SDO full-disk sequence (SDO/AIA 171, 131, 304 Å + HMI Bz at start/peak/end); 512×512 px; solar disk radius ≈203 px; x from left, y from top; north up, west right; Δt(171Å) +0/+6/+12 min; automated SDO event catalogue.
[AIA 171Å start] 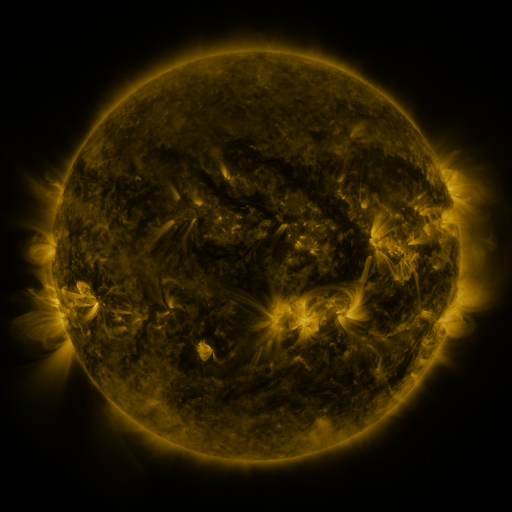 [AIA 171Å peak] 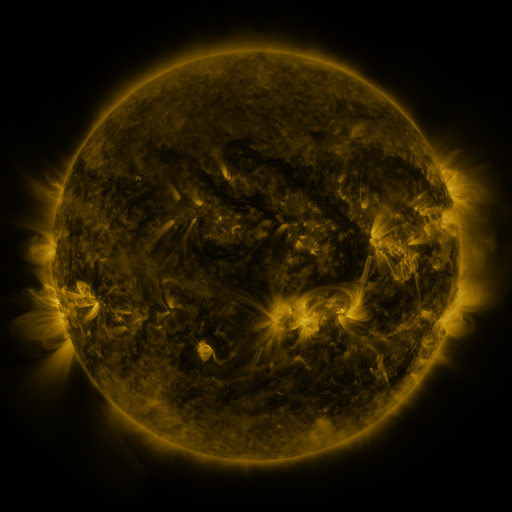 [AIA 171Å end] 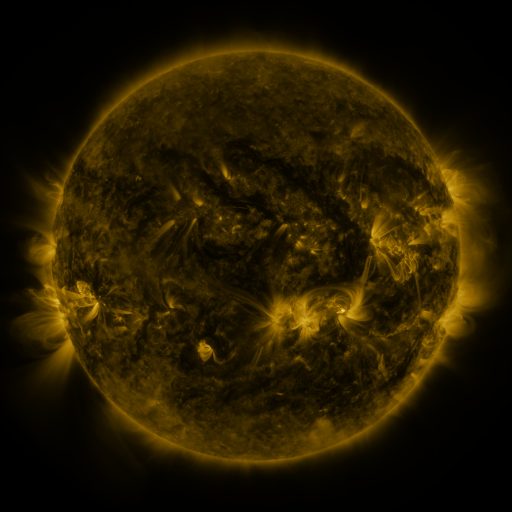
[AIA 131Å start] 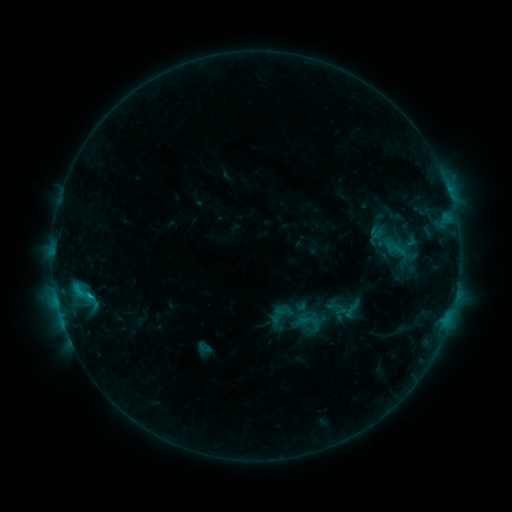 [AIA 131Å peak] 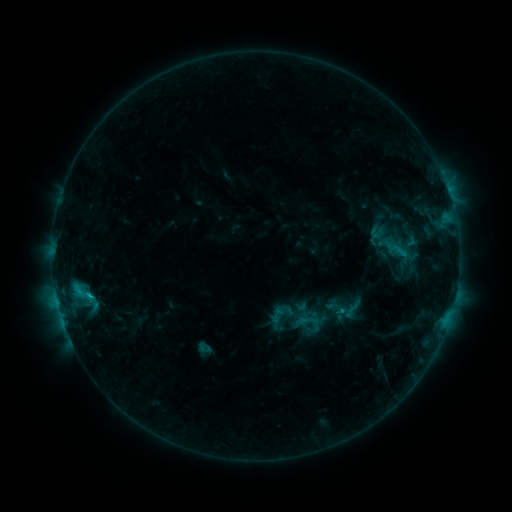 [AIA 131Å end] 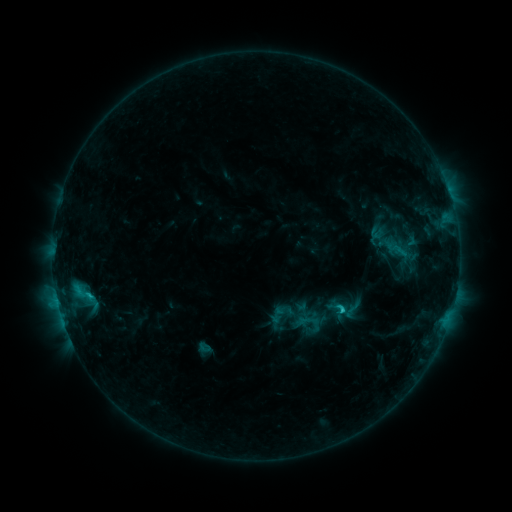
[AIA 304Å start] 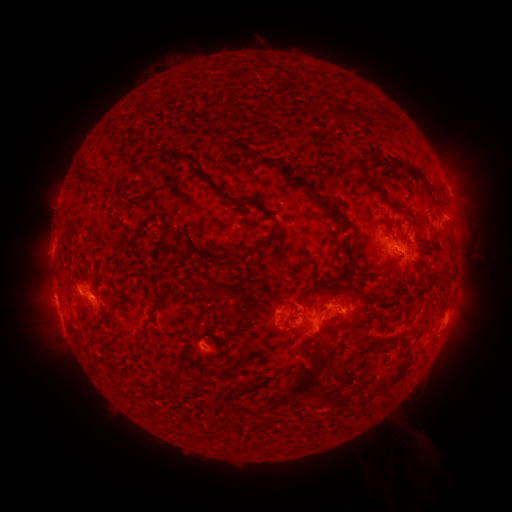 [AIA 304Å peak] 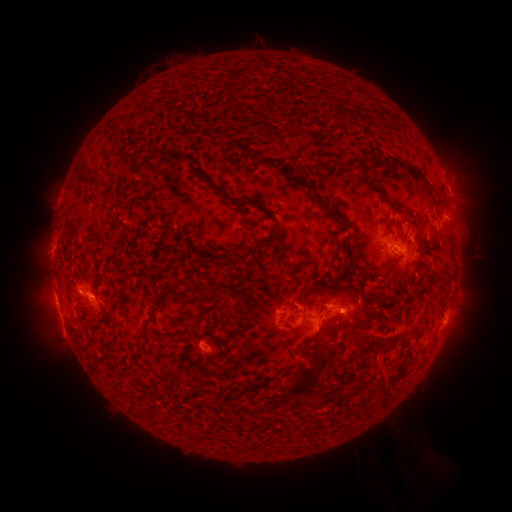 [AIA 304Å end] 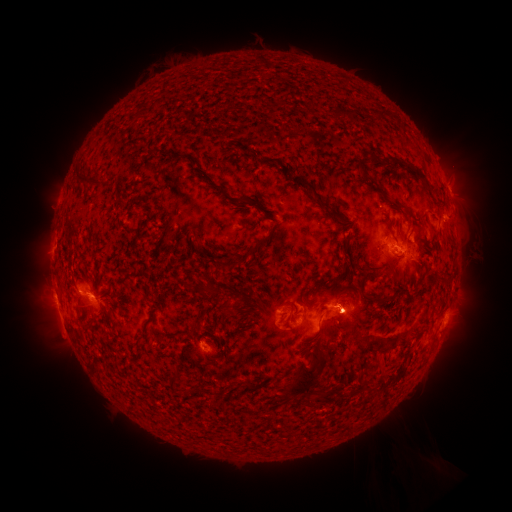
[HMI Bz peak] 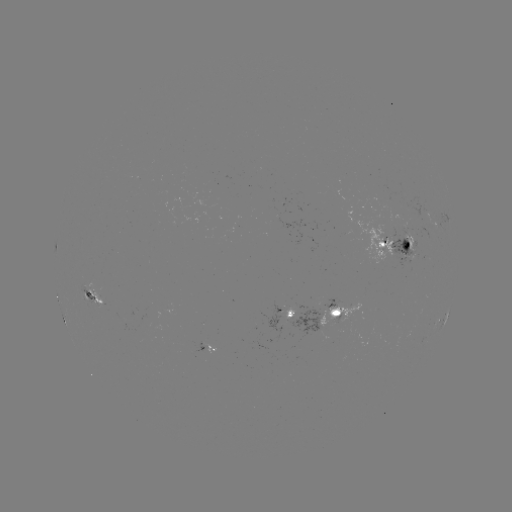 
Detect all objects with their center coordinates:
C2.8 flare: (340, 310)
